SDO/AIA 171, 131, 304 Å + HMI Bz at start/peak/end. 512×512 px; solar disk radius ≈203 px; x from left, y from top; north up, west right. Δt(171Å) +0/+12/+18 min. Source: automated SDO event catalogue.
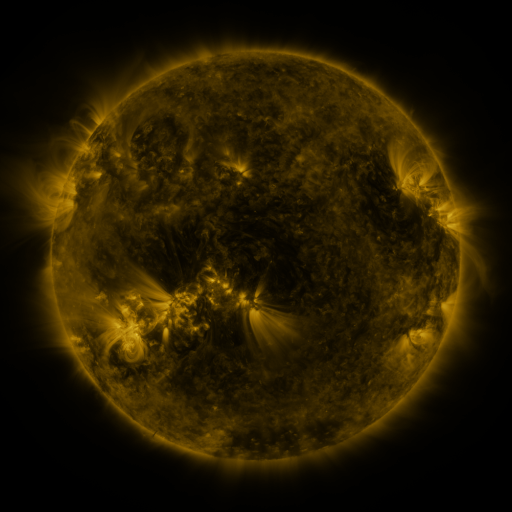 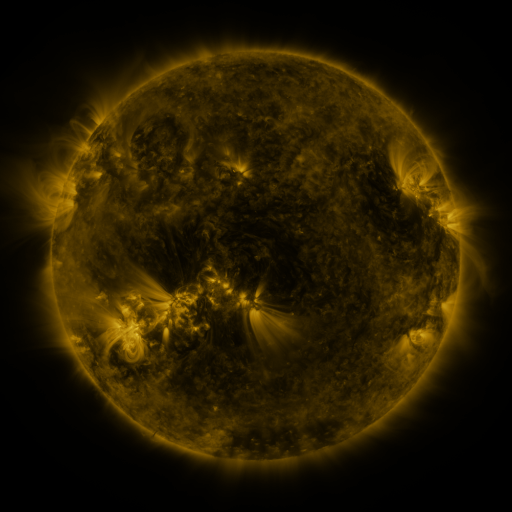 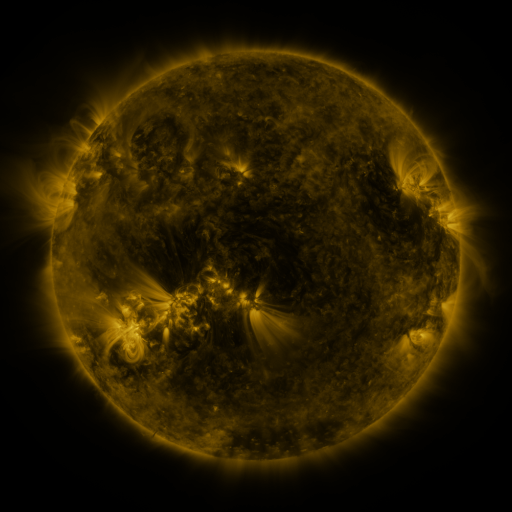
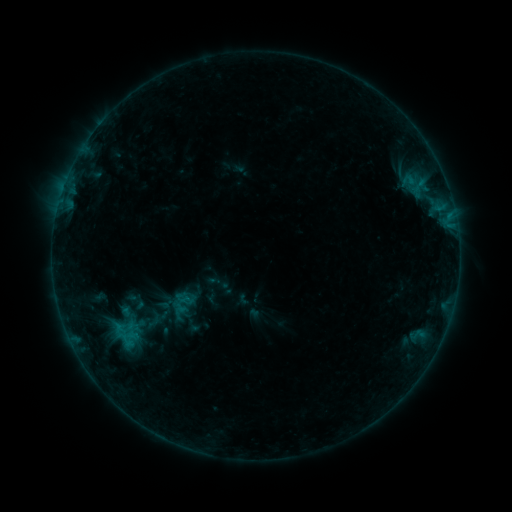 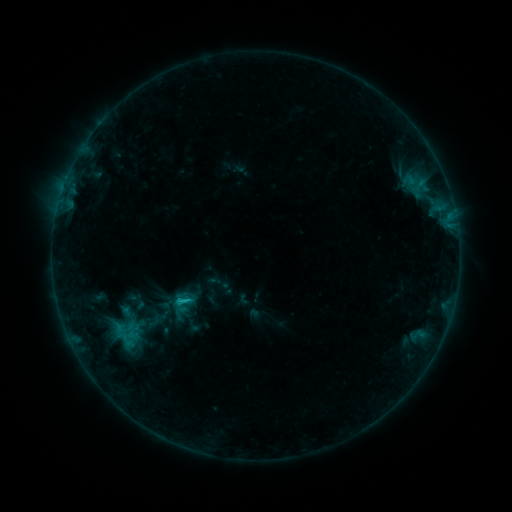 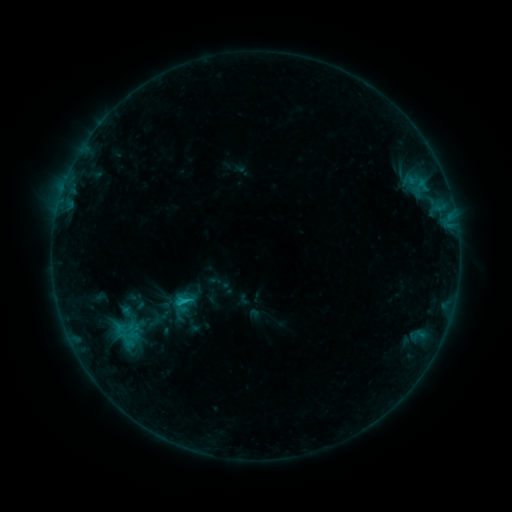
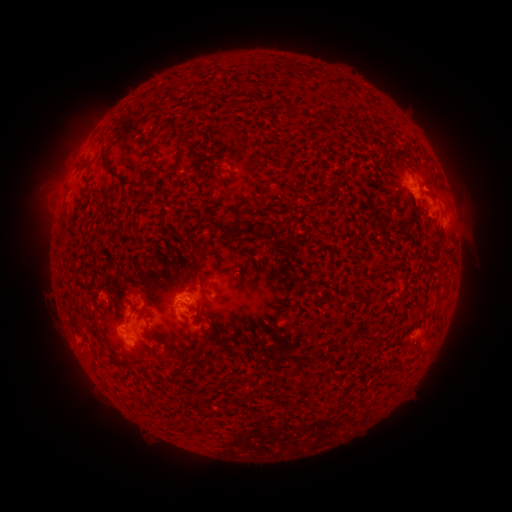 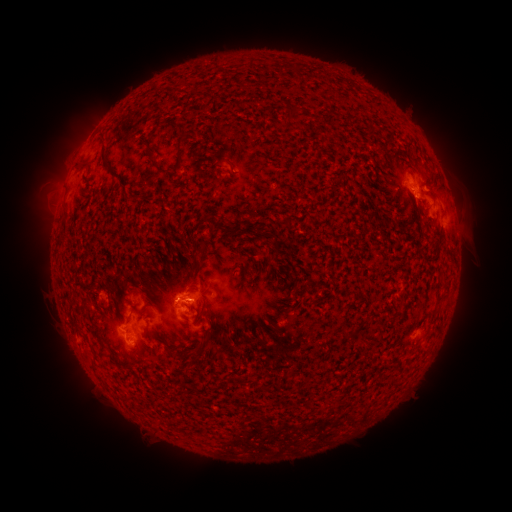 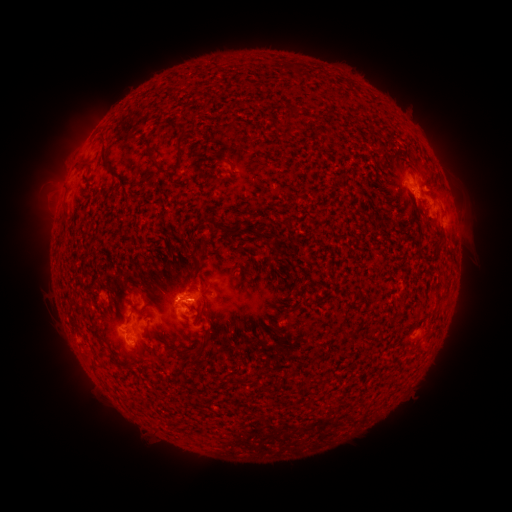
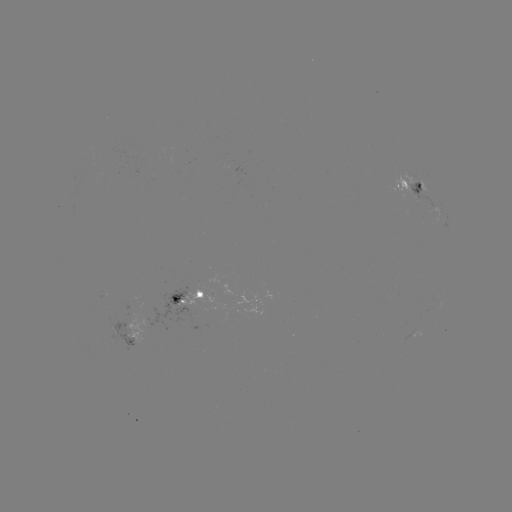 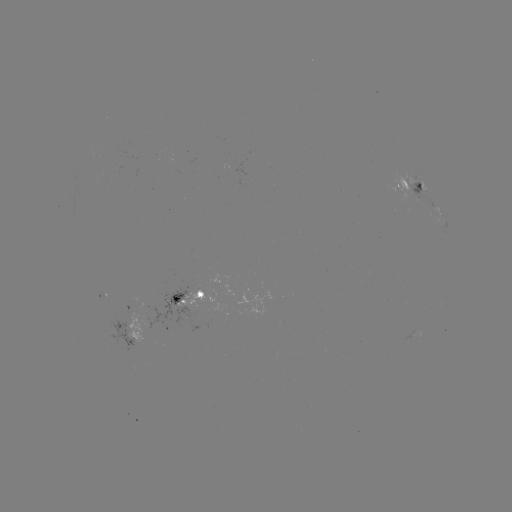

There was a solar flare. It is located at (182, 299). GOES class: C1.0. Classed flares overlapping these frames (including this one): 1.